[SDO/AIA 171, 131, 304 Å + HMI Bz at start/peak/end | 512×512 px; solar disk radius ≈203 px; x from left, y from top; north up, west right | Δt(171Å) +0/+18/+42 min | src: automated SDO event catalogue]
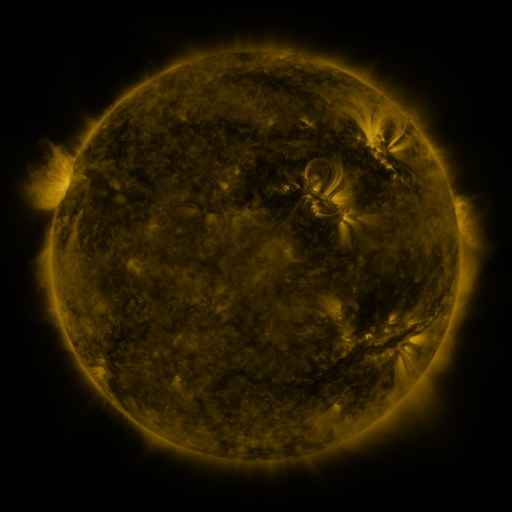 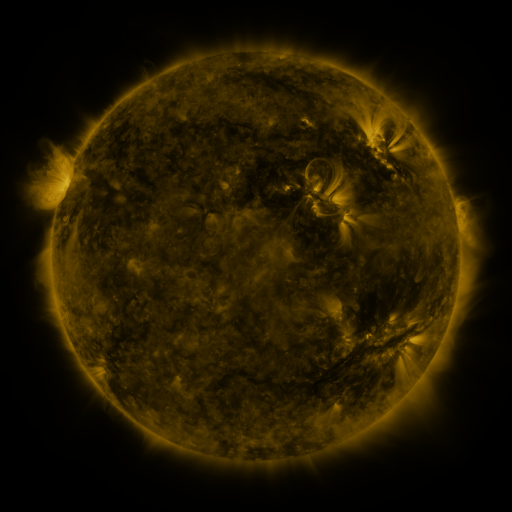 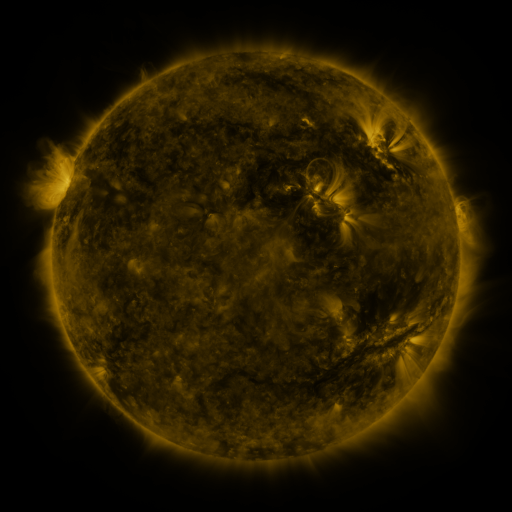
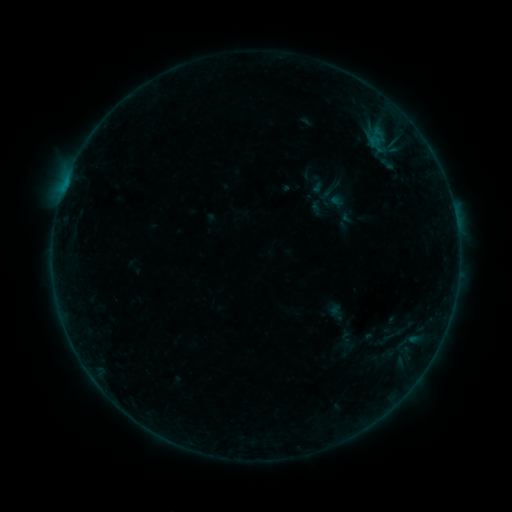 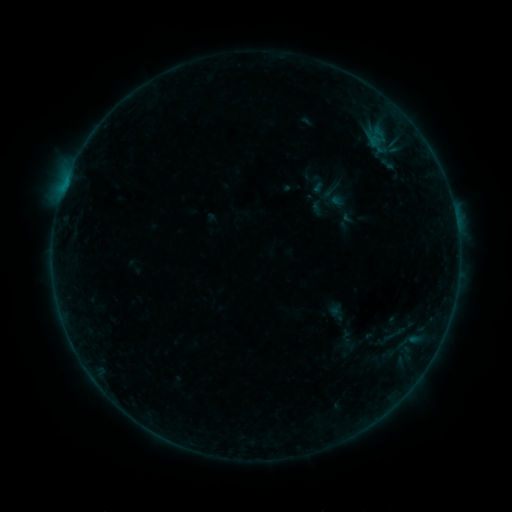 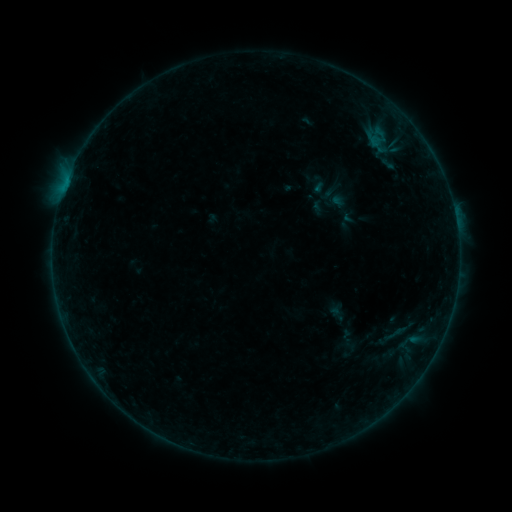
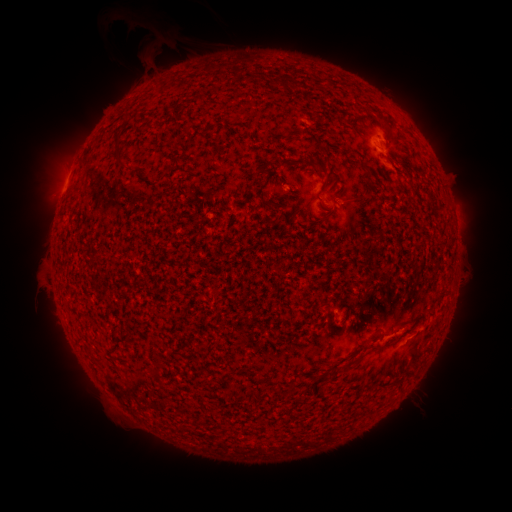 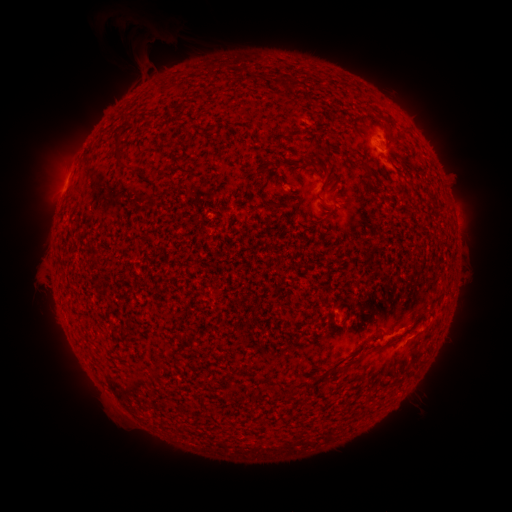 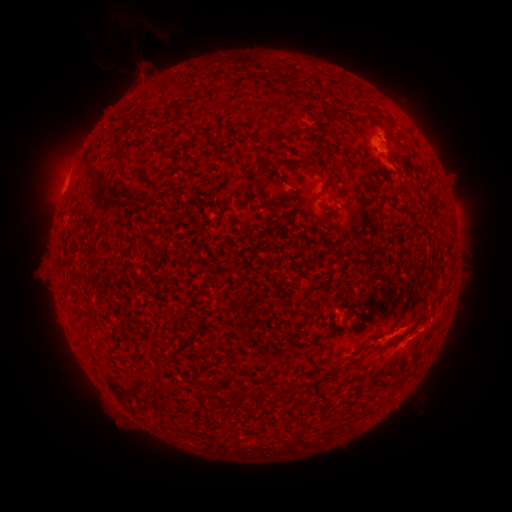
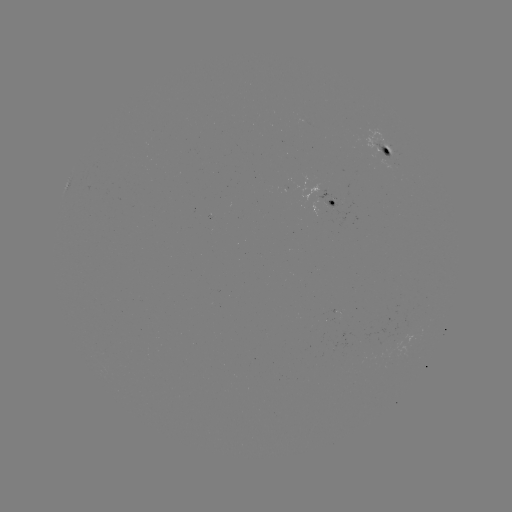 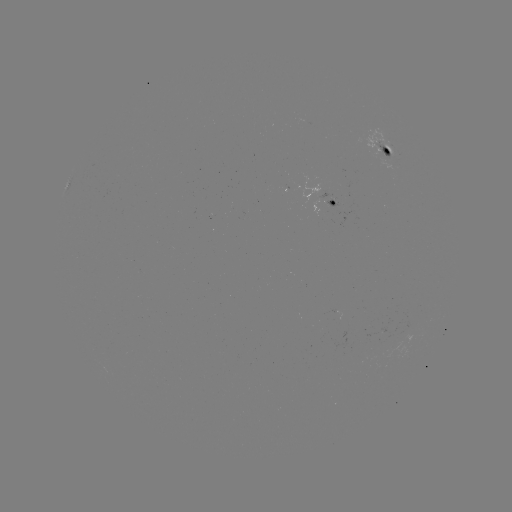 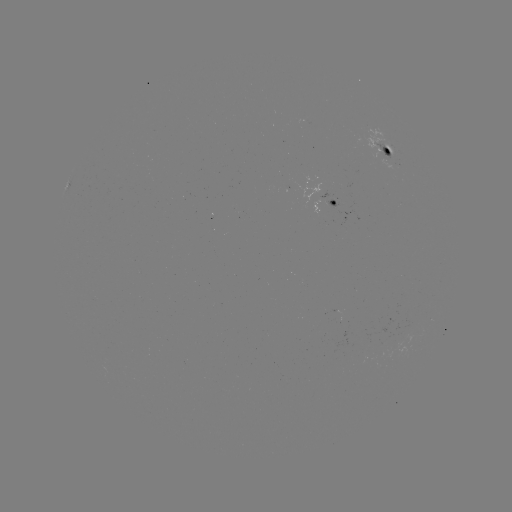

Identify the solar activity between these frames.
eruption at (142, 43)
